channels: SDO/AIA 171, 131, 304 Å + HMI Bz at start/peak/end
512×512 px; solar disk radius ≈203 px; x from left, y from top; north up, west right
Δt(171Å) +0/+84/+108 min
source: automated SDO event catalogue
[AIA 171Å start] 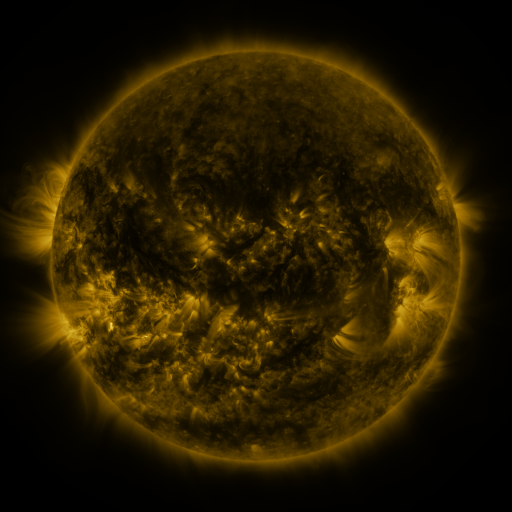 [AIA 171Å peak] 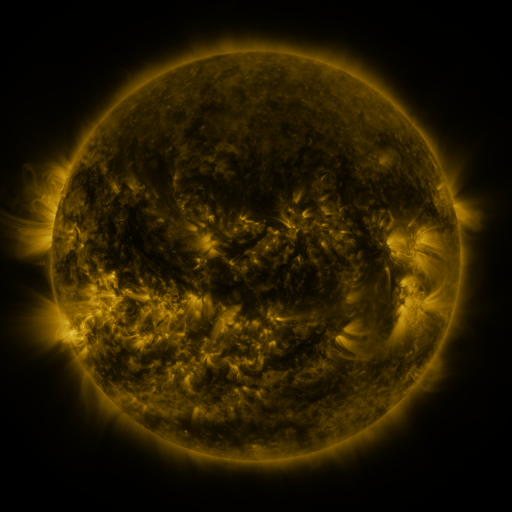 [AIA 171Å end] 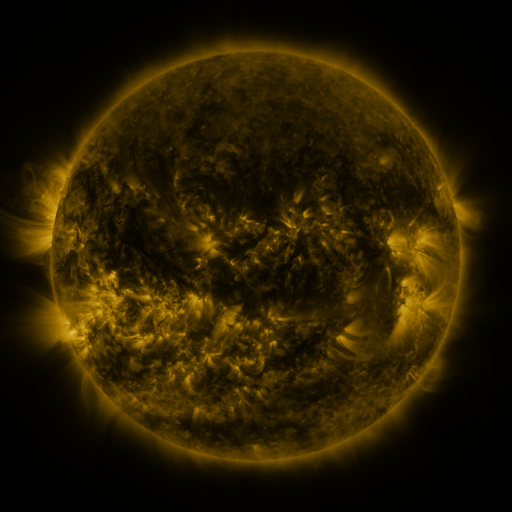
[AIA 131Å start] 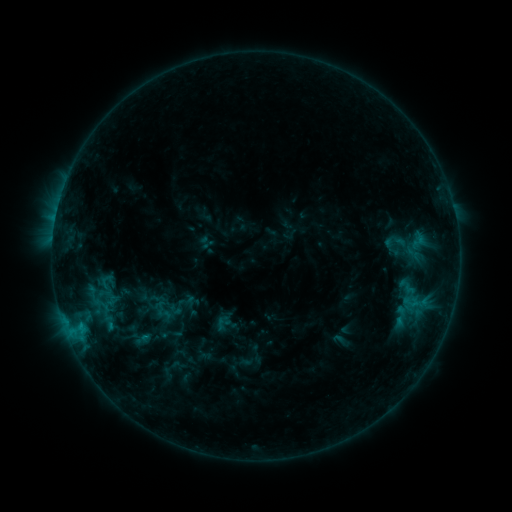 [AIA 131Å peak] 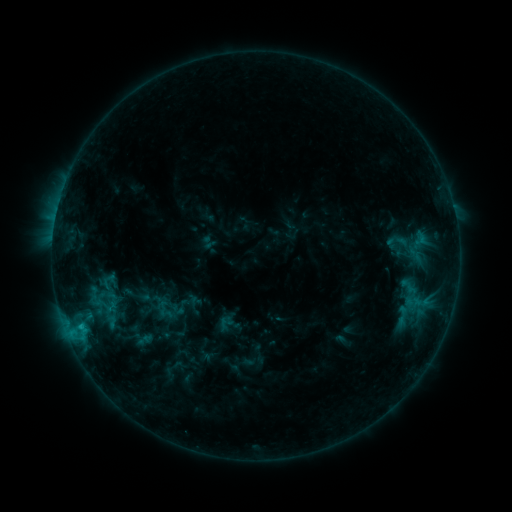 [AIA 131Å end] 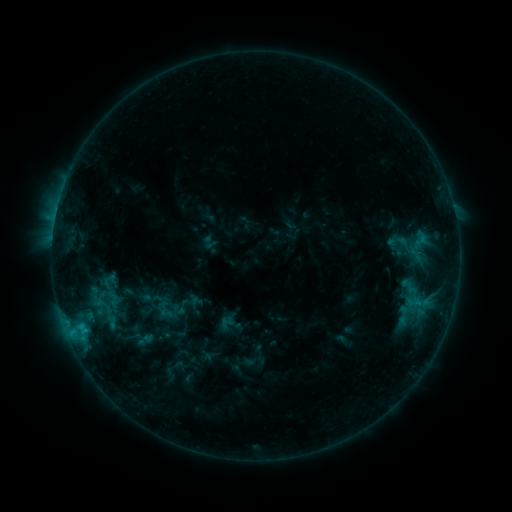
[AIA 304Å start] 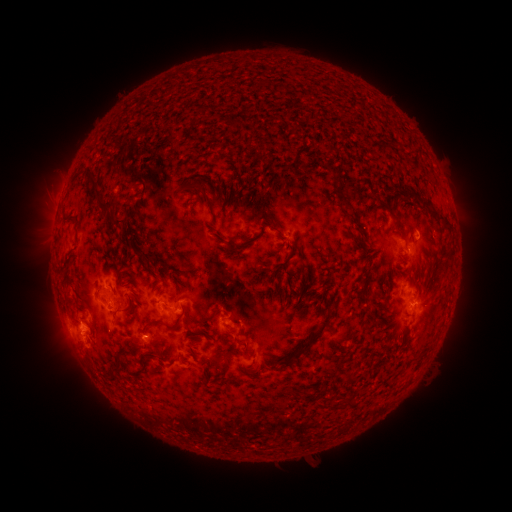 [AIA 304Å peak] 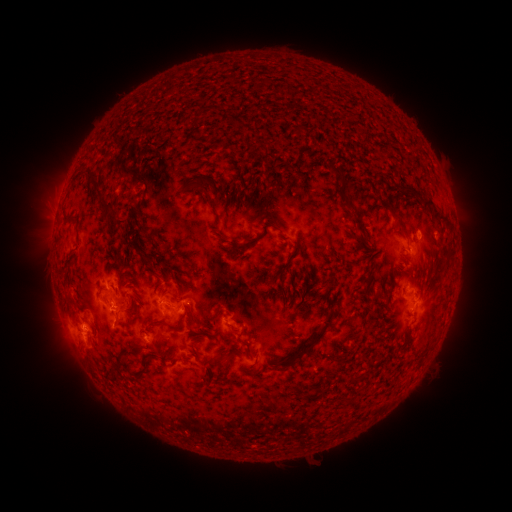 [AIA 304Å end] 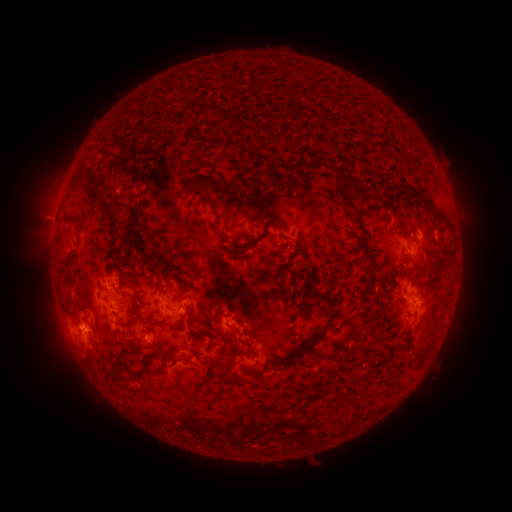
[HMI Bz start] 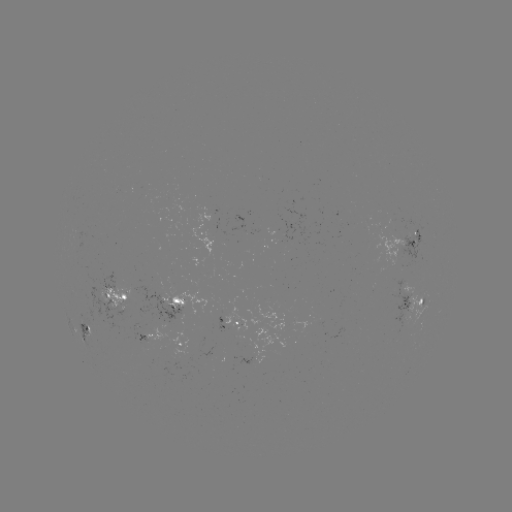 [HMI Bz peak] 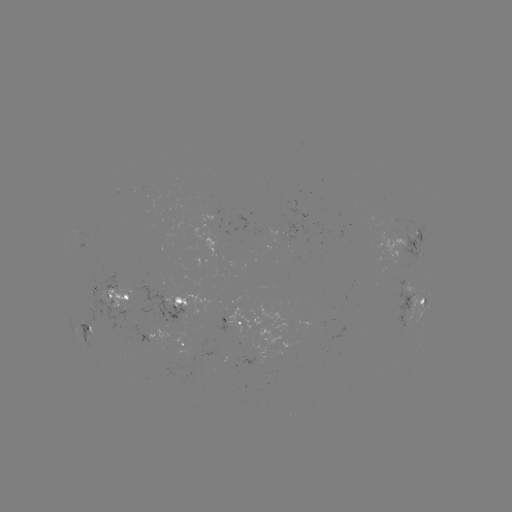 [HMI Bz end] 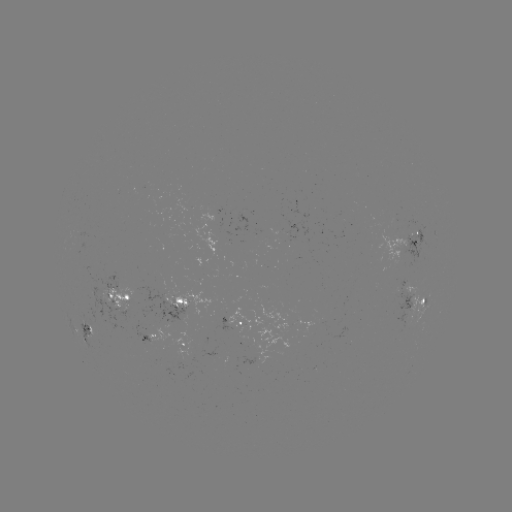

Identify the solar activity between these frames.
emerging-flux region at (153, 329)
